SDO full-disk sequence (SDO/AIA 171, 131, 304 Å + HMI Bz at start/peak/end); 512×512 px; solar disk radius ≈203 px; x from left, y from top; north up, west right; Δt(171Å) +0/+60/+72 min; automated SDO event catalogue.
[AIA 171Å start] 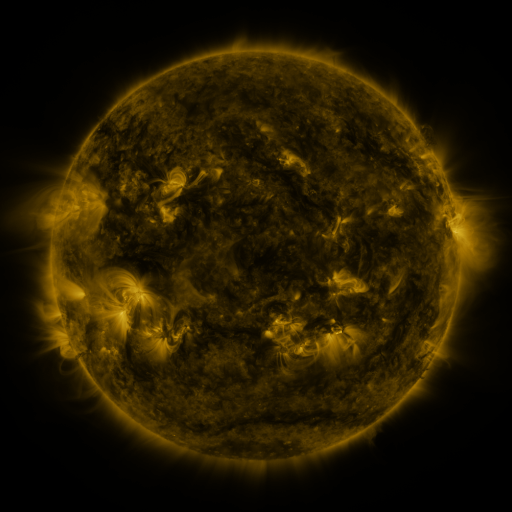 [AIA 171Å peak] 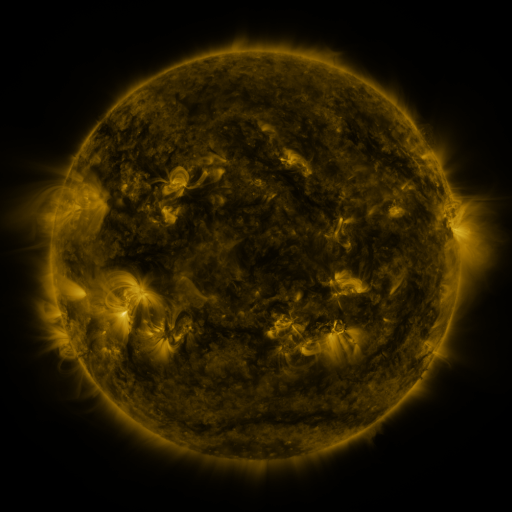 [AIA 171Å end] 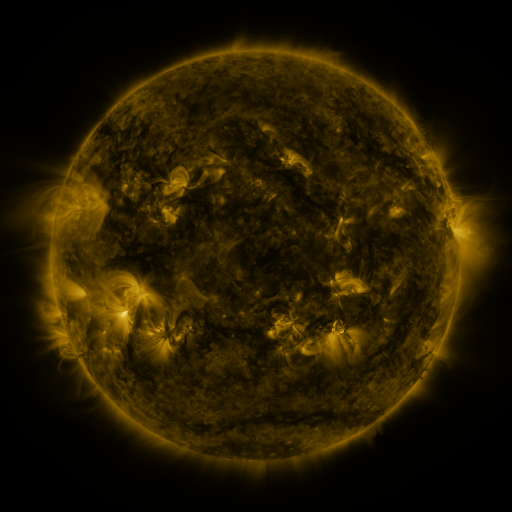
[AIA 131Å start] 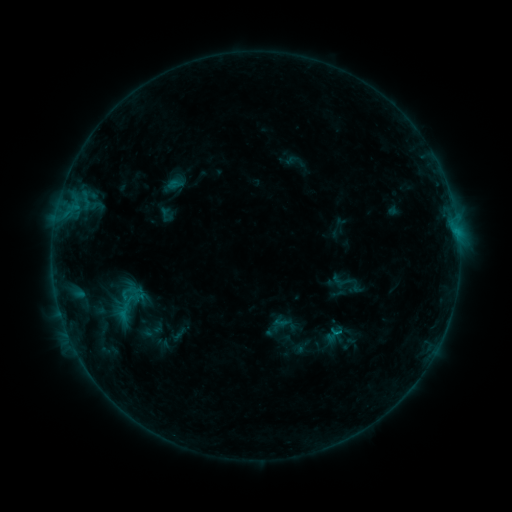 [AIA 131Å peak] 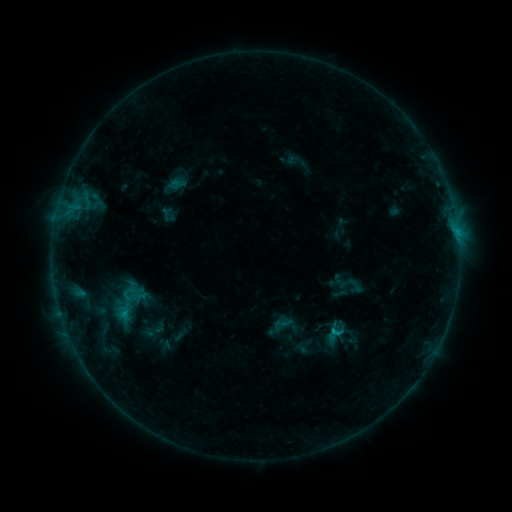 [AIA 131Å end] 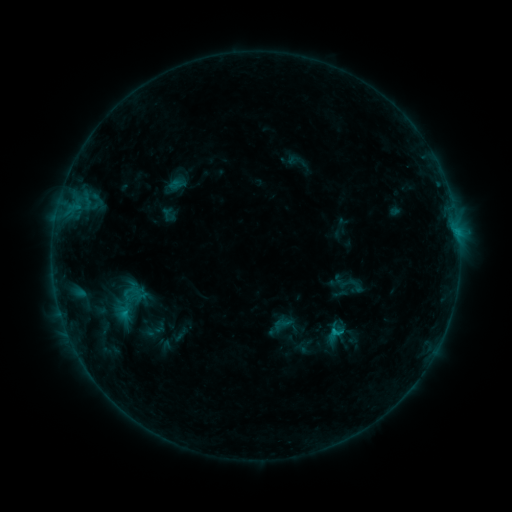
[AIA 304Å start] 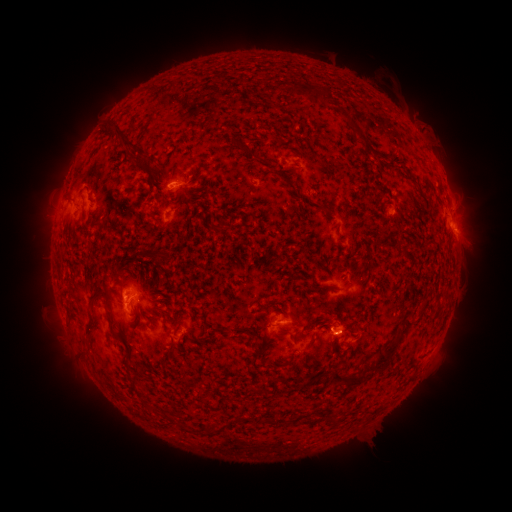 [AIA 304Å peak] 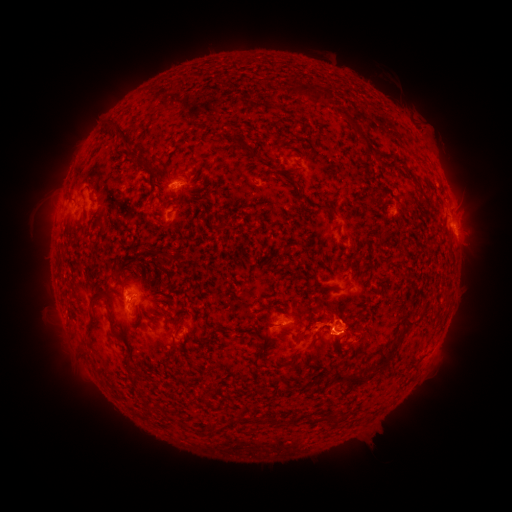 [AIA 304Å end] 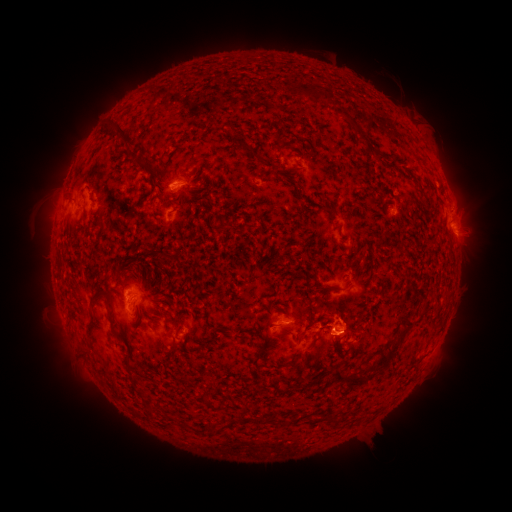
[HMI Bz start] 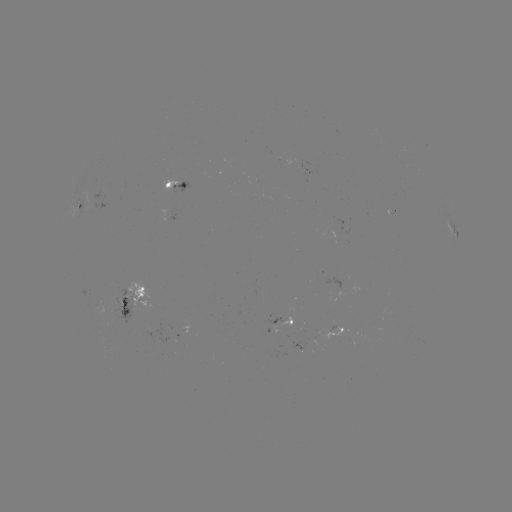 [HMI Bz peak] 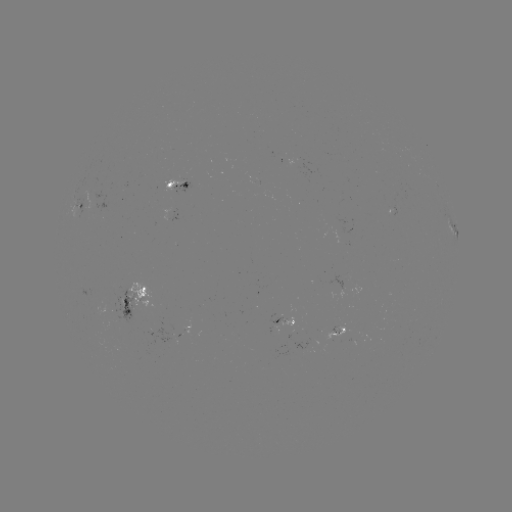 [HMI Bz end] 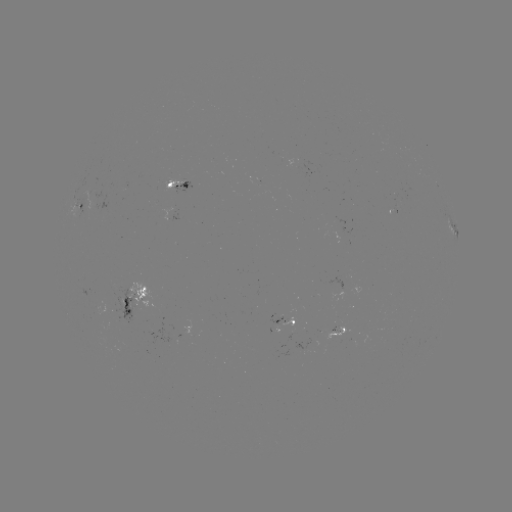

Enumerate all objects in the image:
emerging-flux region: (337, 329)
